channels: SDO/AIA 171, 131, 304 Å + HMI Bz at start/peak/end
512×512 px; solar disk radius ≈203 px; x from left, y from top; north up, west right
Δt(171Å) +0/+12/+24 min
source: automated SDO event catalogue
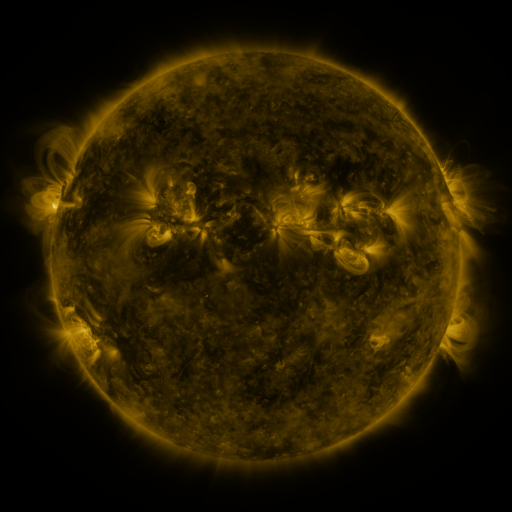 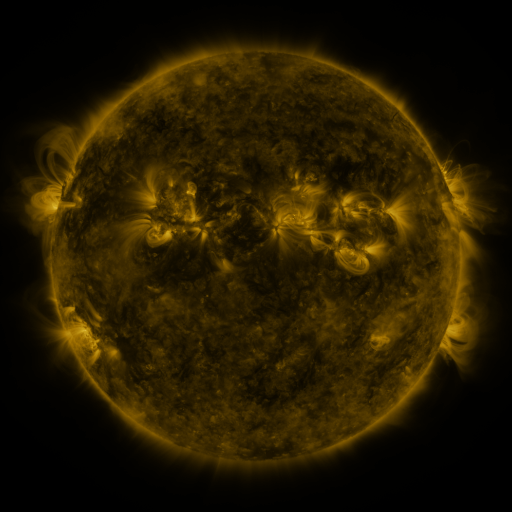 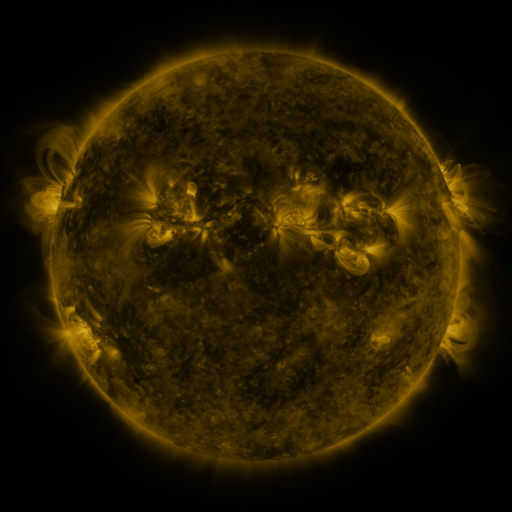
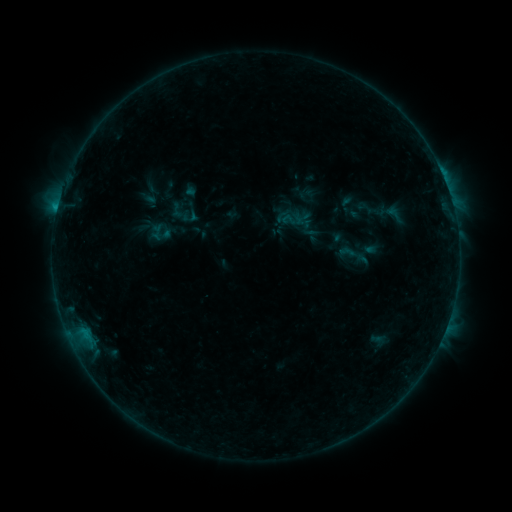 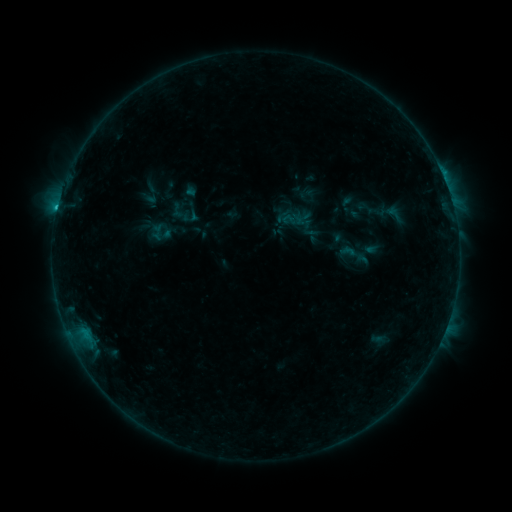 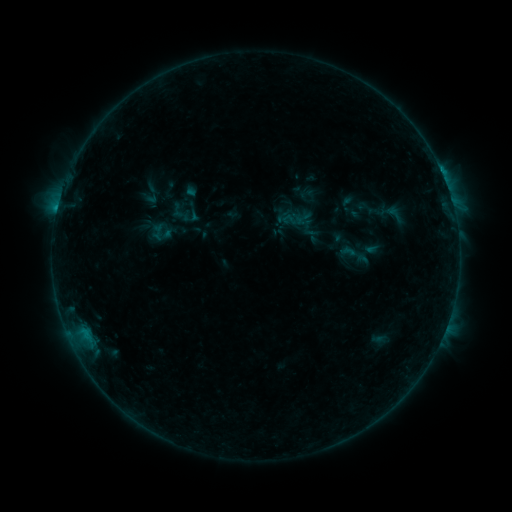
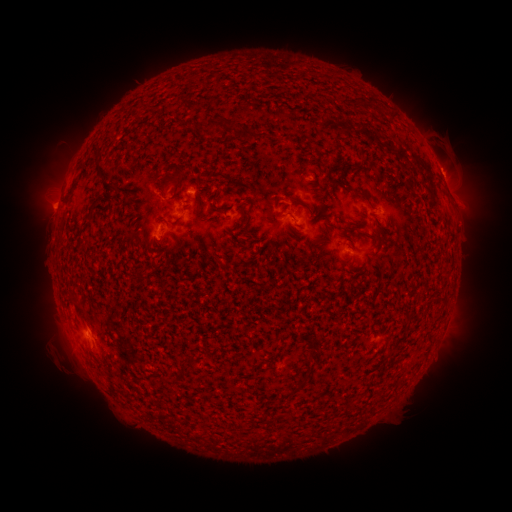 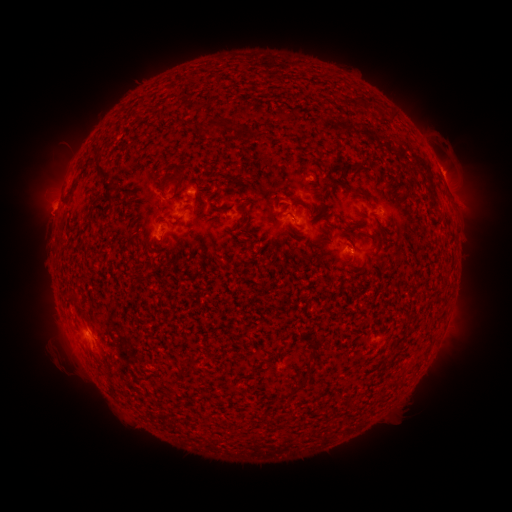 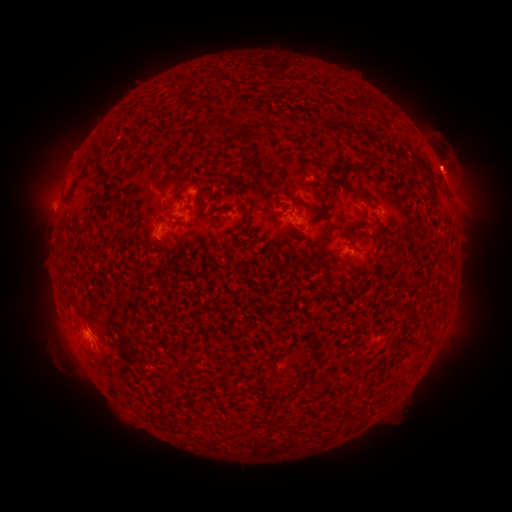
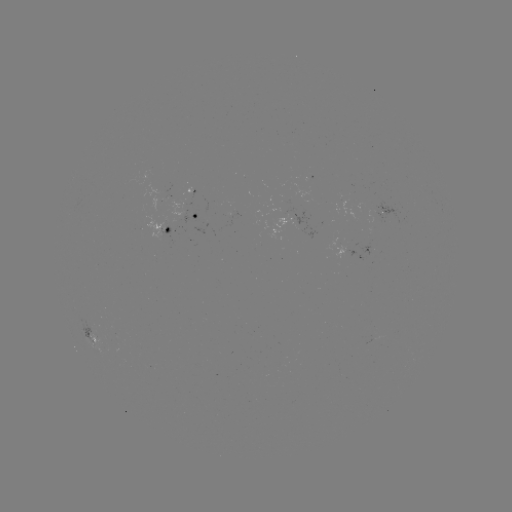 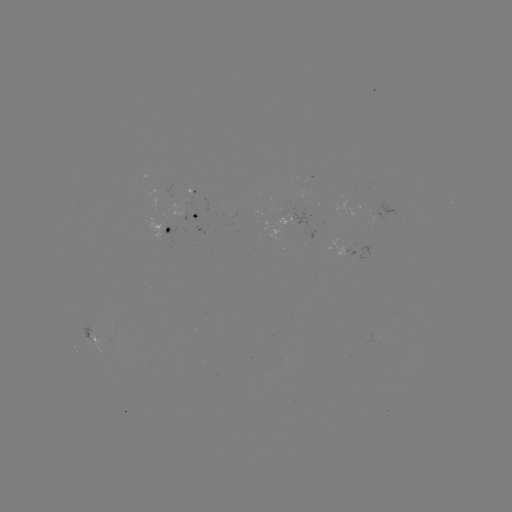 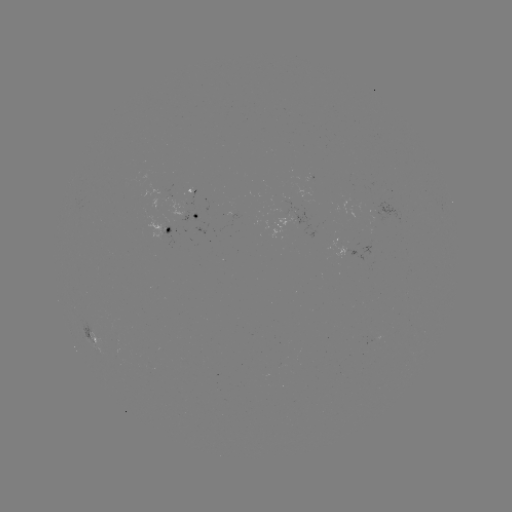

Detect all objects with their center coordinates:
B8.4 flare: (58, 211)
